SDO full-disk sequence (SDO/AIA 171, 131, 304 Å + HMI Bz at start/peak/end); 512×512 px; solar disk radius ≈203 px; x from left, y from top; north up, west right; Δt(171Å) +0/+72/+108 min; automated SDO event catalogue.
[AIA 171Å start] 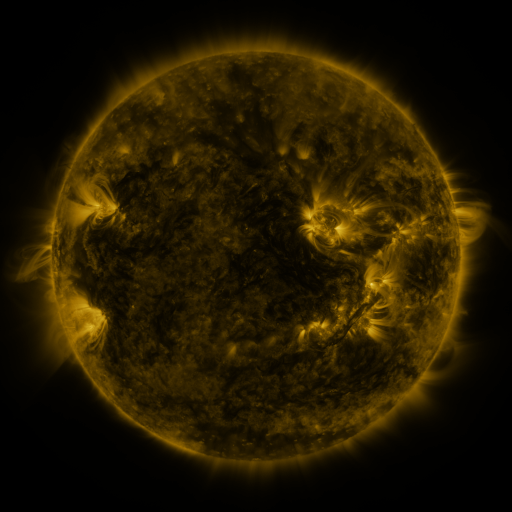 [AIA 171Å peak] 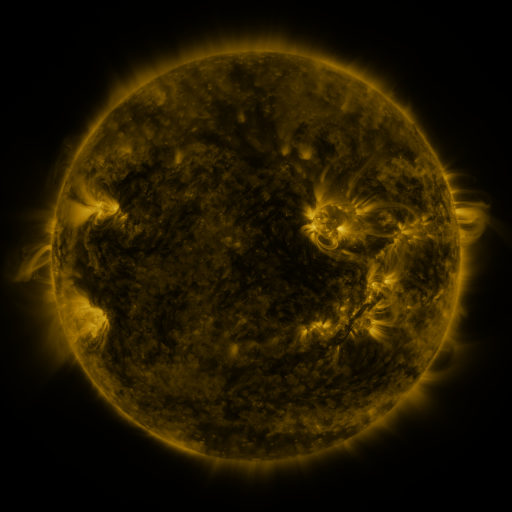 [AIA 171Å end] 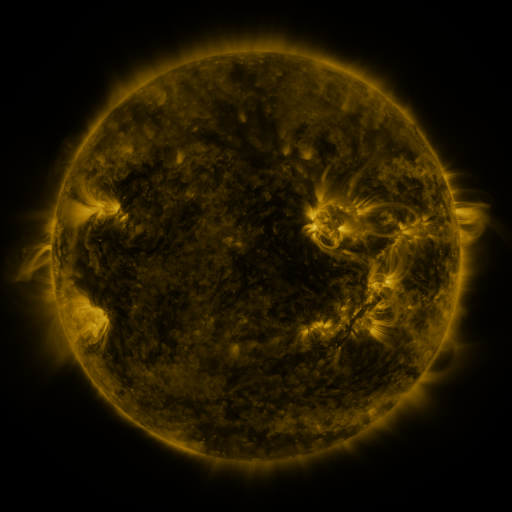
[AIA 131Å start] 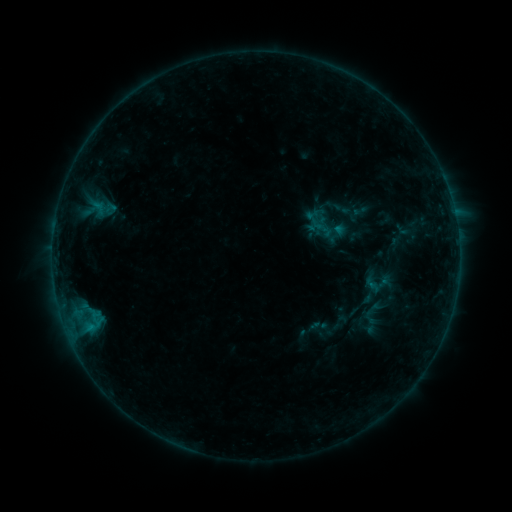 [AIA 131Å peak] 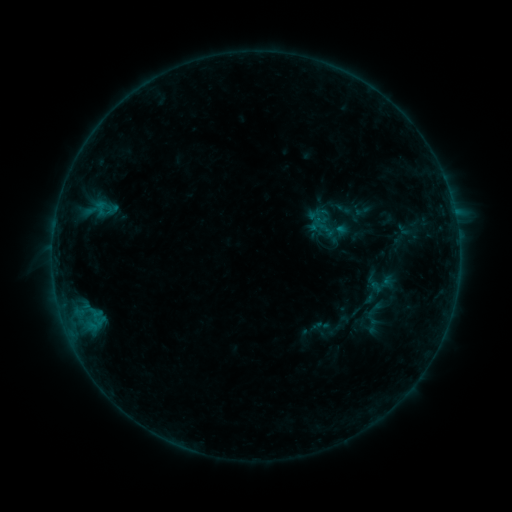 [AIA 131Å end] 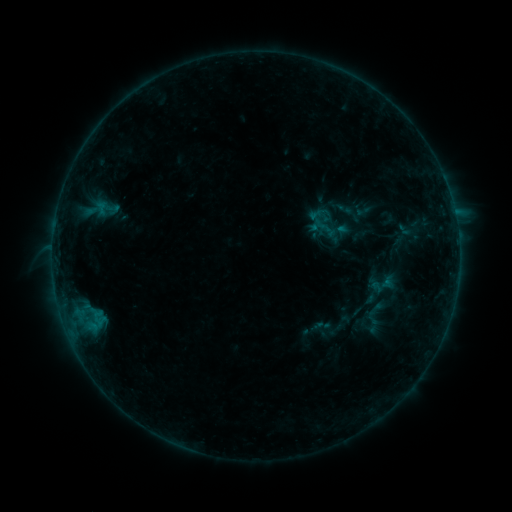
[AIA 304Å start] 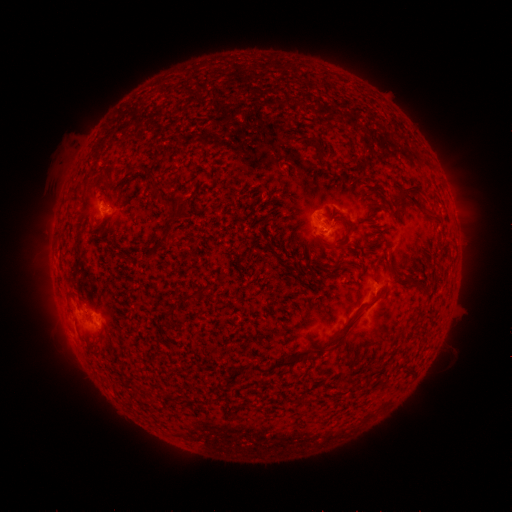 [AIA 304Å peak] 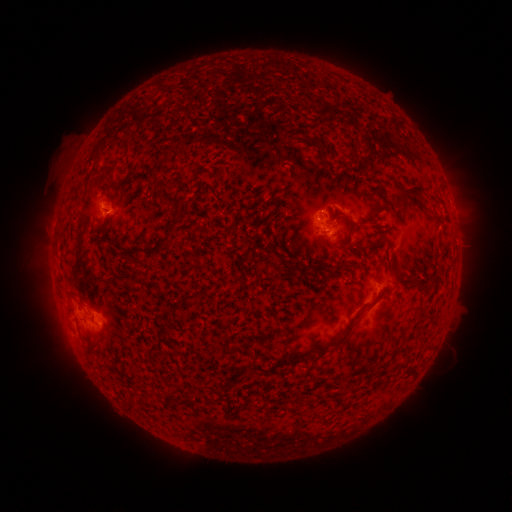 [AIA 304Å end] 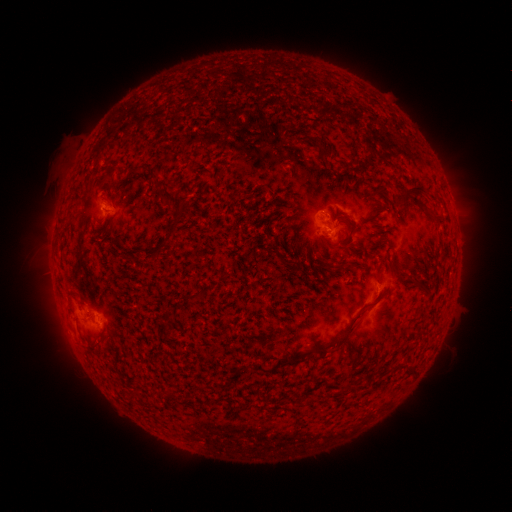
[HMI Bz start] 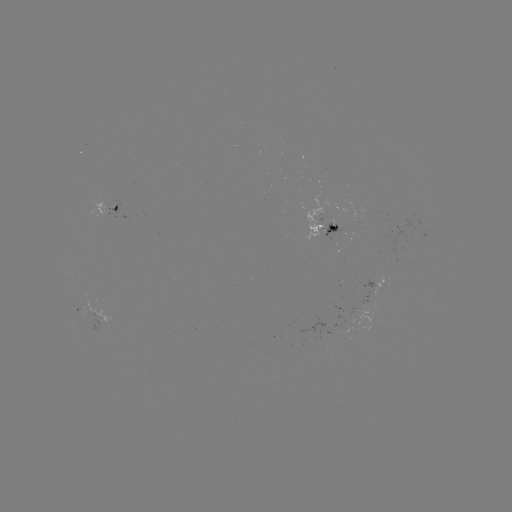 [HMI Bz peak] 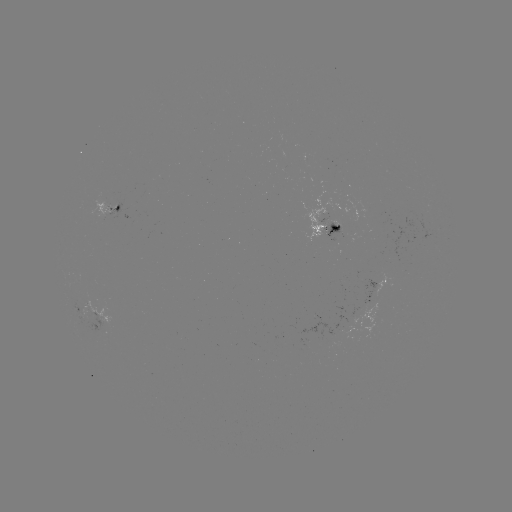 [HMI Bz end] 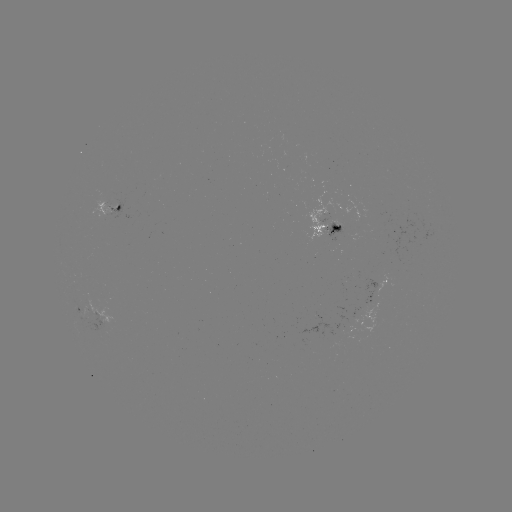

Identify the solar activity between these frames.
emerging-flux region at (345, 233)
